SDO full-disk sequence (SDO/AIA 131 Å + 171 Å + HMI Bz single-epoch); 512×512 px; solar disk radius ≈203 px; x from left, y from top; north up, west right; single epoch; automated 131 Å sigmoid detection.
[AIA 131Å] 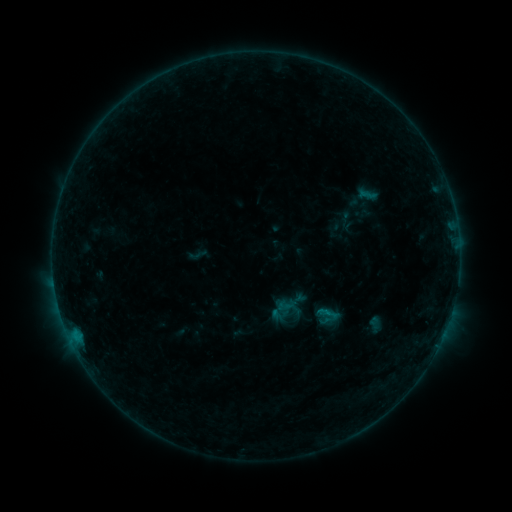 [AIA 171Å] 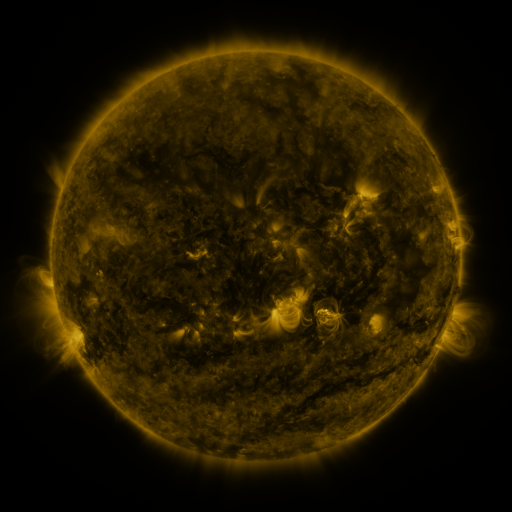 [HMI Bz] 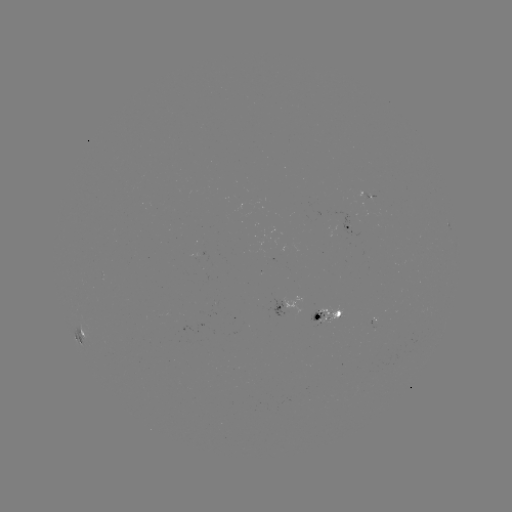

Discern sigmoid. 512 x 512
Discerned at (368, 195).